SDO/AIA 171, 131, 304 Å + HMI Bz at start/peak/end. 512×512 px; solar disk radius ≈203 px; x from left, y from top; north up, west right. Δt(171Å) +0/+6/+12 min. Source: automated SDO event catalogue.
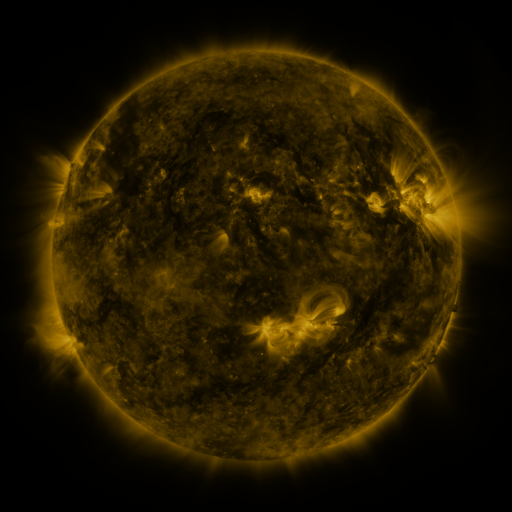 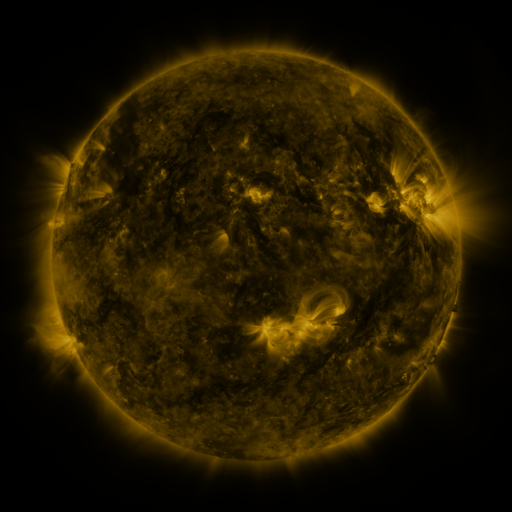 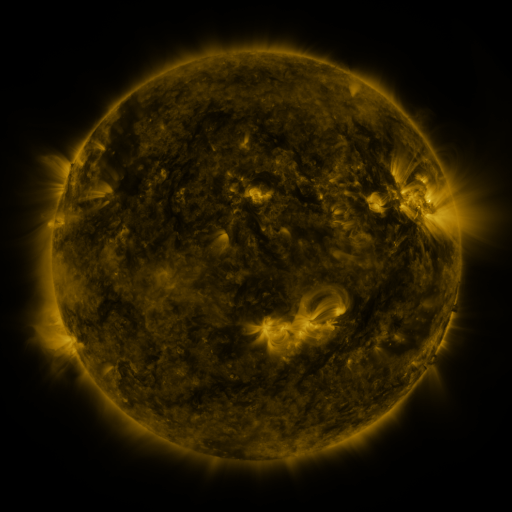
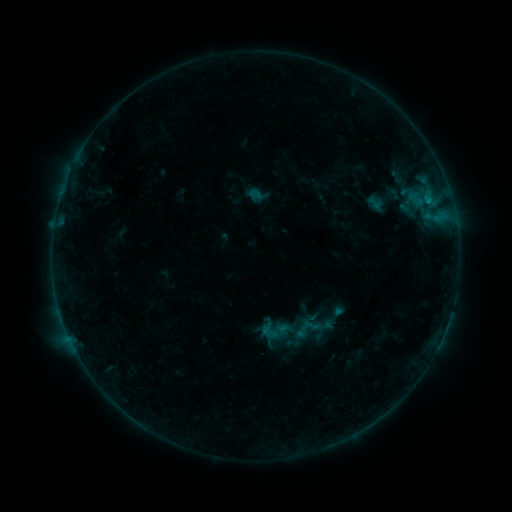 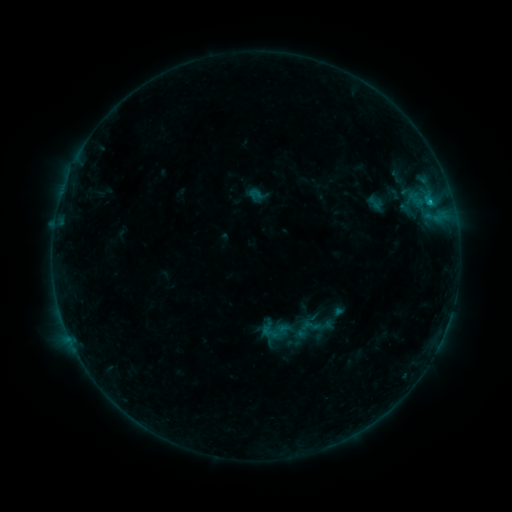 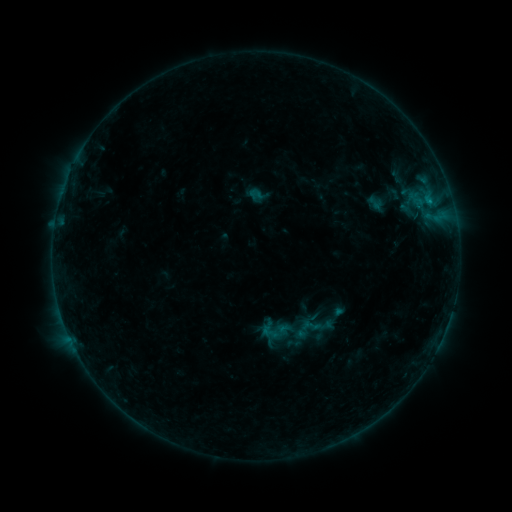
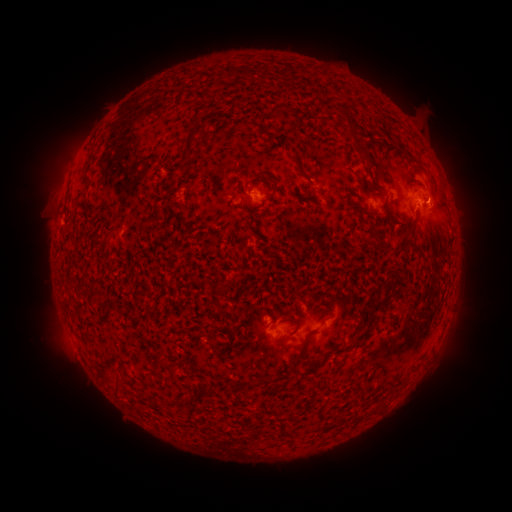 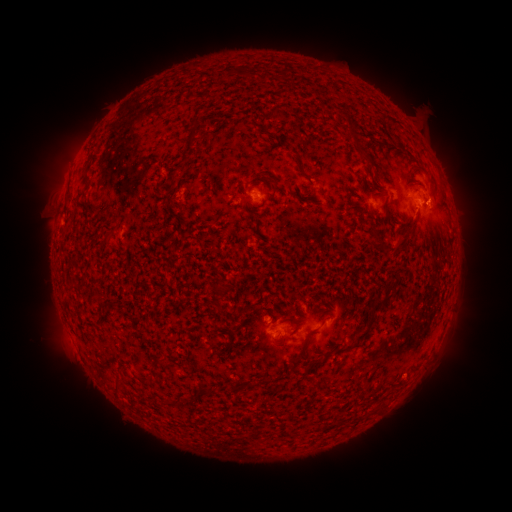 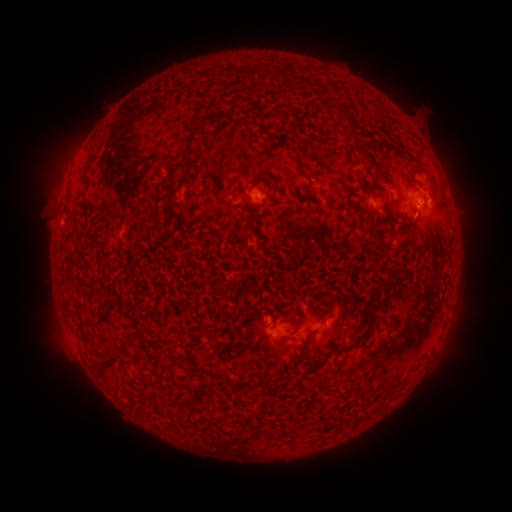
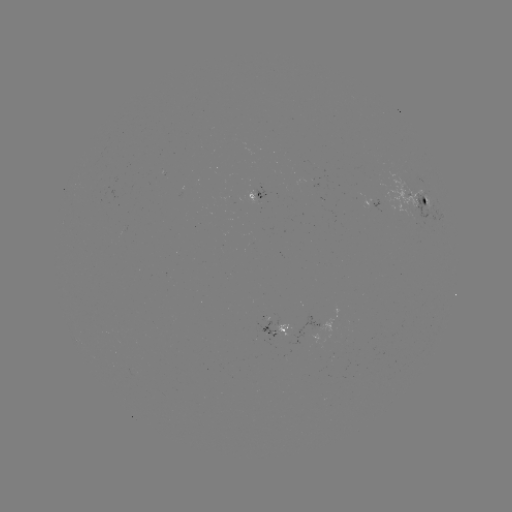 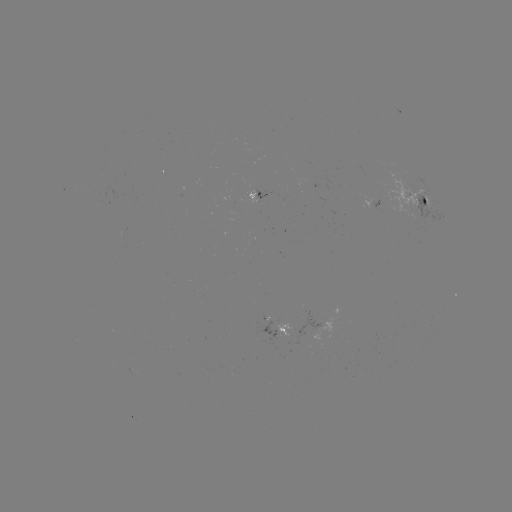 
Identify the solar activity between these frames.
B4.4 flare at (428, 203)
